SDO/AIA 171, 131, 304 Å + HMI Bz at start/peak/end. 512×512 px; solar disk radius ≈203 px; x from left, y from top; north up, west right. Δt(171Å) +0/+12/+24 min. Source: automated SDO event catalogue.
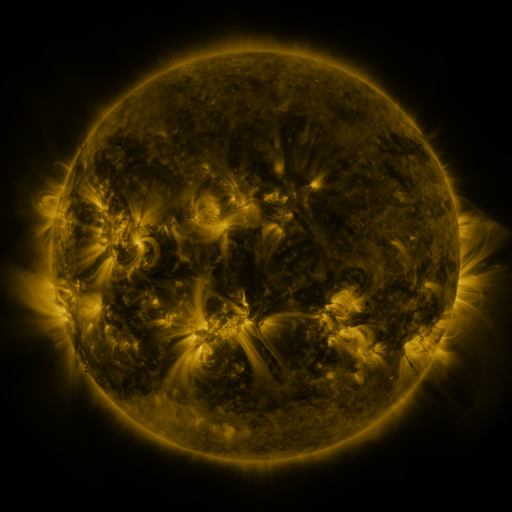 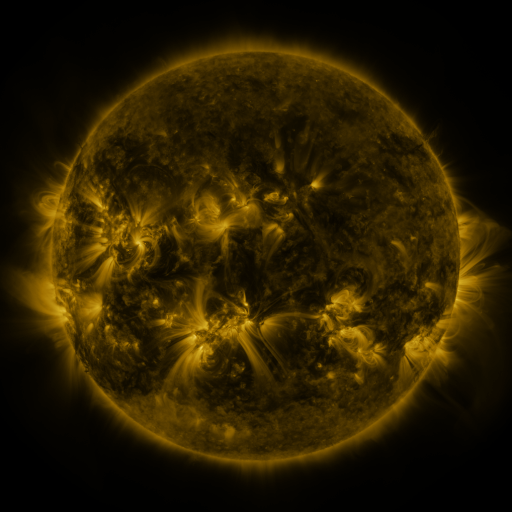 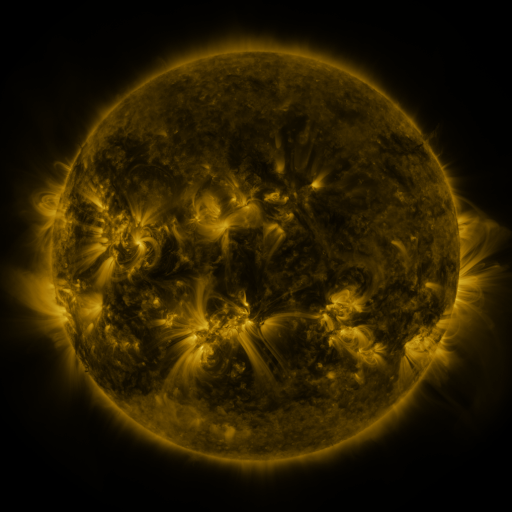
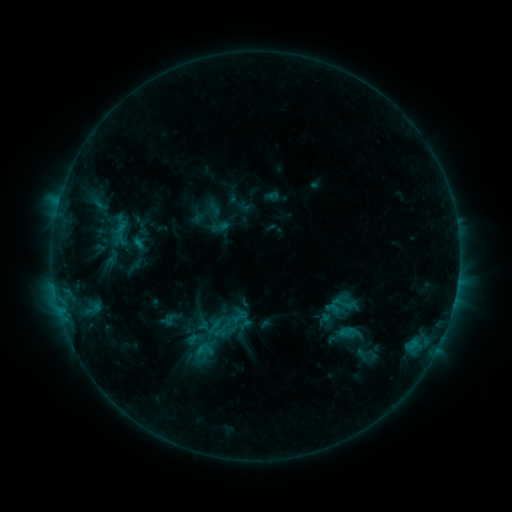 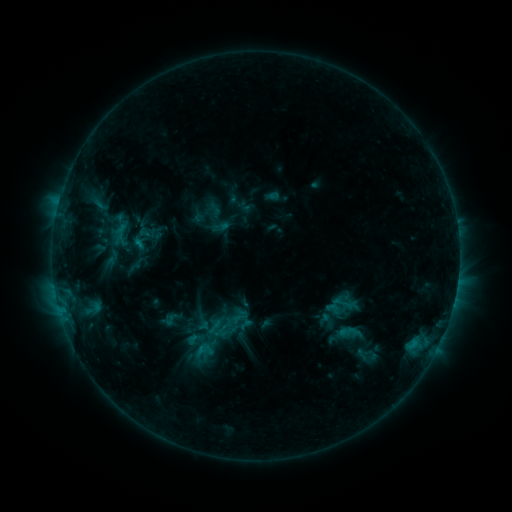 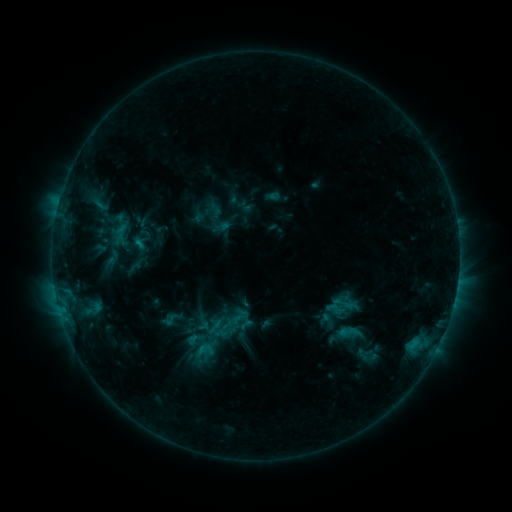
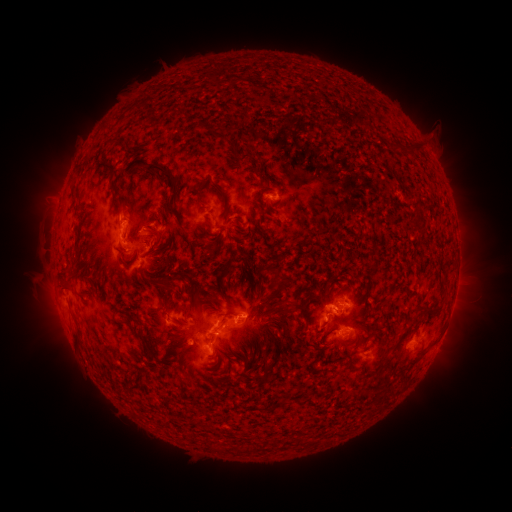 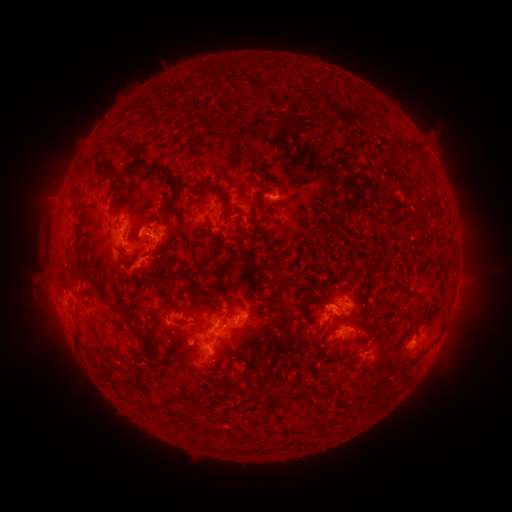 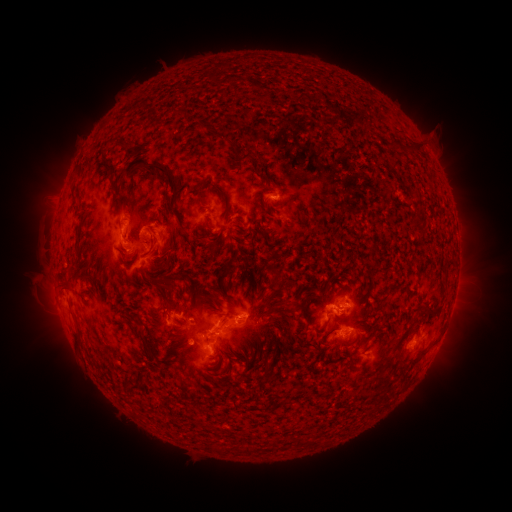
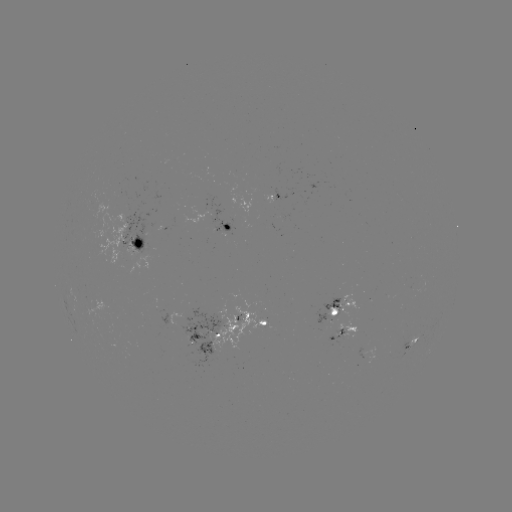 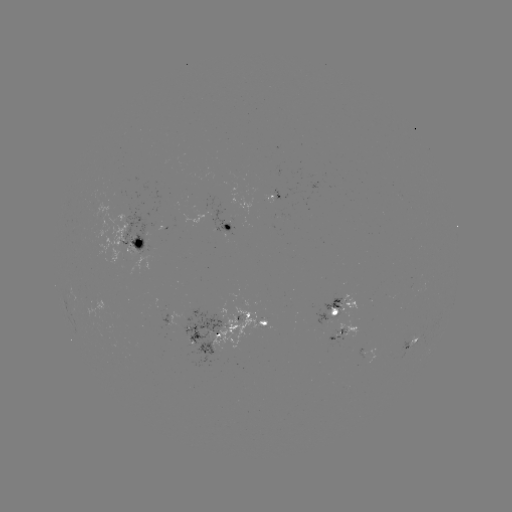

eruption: (125, 205, 187, 267)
